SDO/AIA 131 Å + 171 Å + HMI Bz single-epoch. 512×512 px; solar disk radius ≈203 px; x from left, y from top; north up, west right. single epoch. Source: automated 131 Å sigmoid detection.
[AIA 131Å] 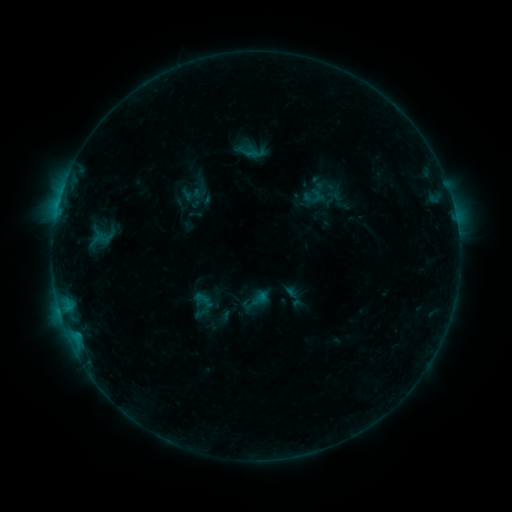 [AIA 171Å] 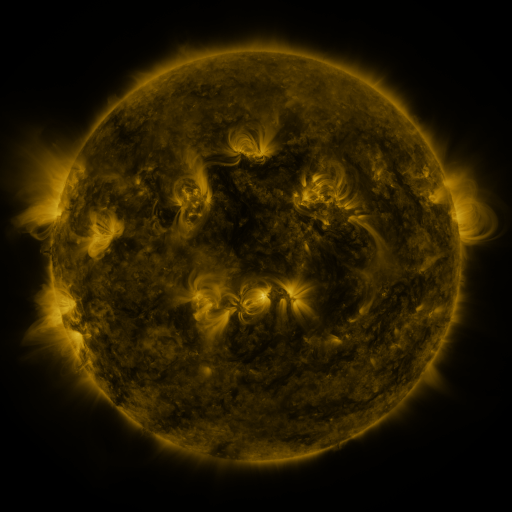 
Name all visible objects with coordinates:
sigmoid: (192, 194)
sigmoid: (201, 298)
sigmoid: (256, 301)
